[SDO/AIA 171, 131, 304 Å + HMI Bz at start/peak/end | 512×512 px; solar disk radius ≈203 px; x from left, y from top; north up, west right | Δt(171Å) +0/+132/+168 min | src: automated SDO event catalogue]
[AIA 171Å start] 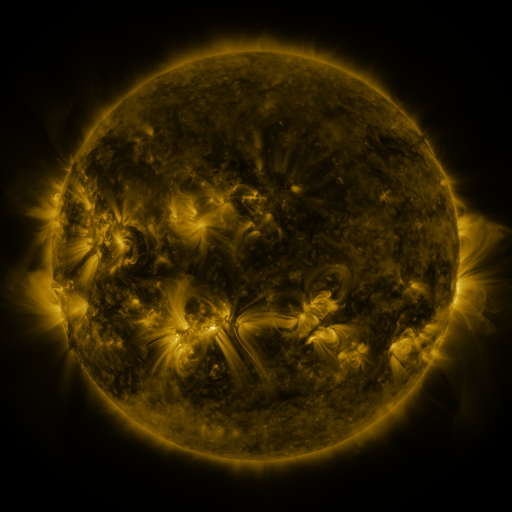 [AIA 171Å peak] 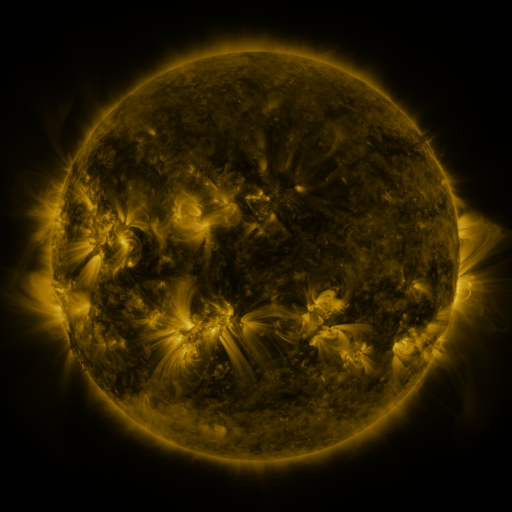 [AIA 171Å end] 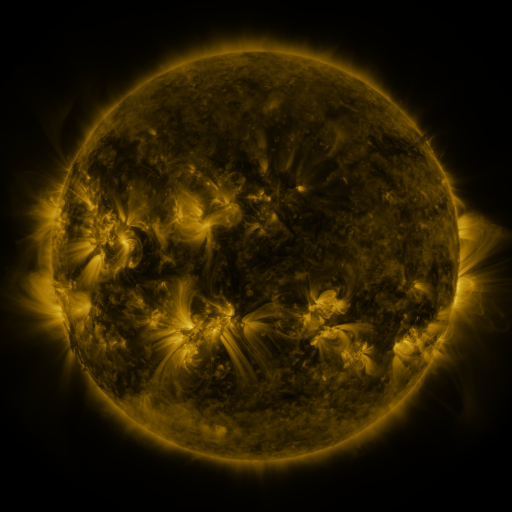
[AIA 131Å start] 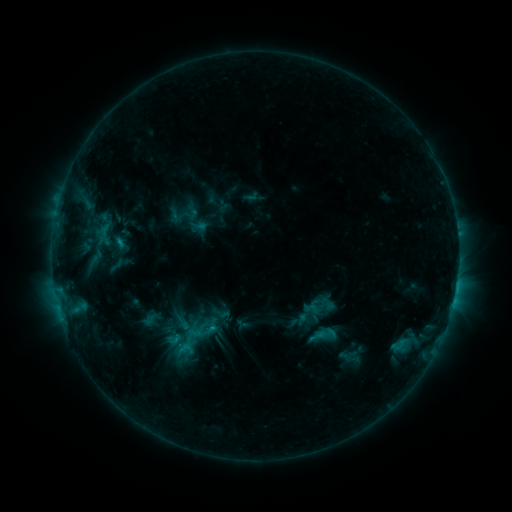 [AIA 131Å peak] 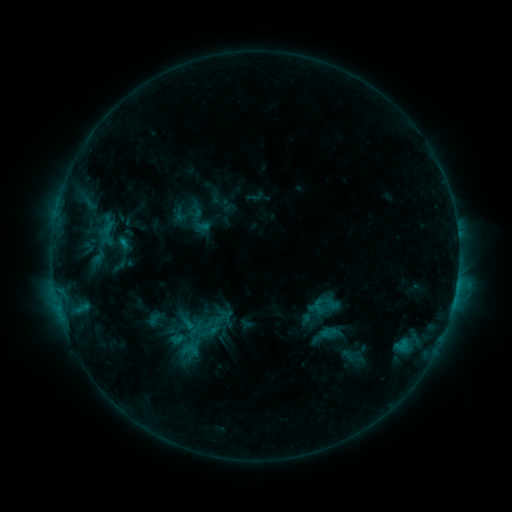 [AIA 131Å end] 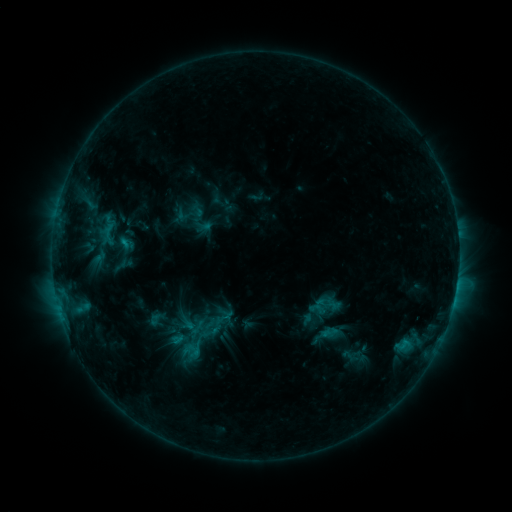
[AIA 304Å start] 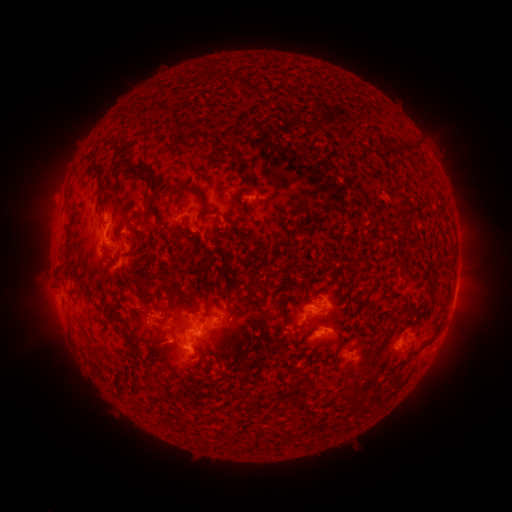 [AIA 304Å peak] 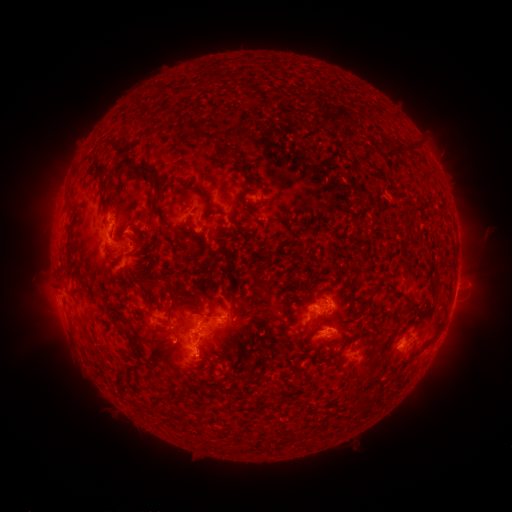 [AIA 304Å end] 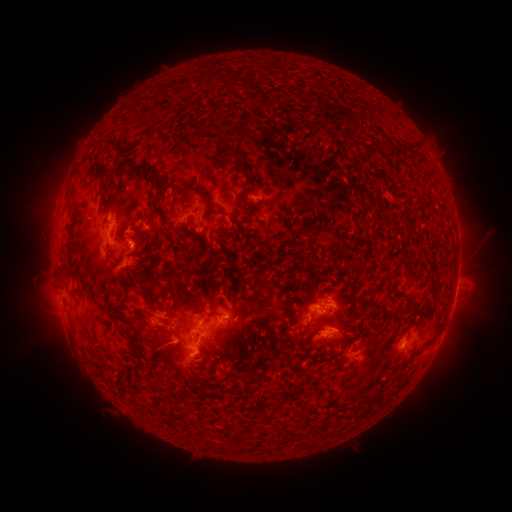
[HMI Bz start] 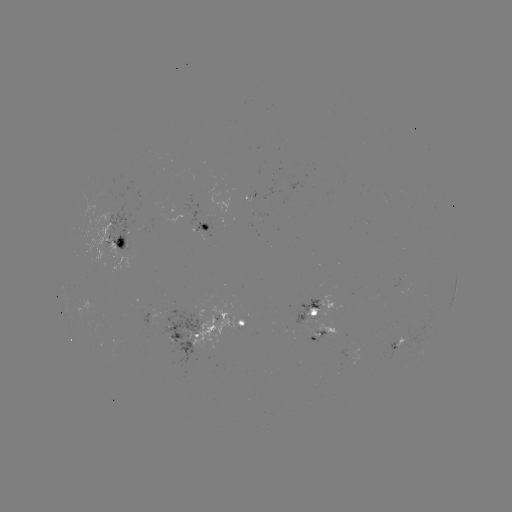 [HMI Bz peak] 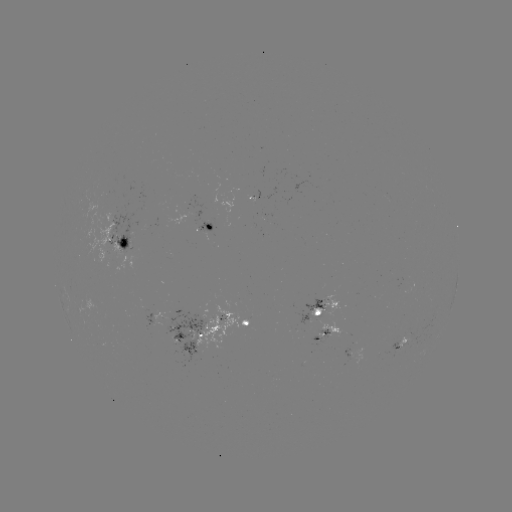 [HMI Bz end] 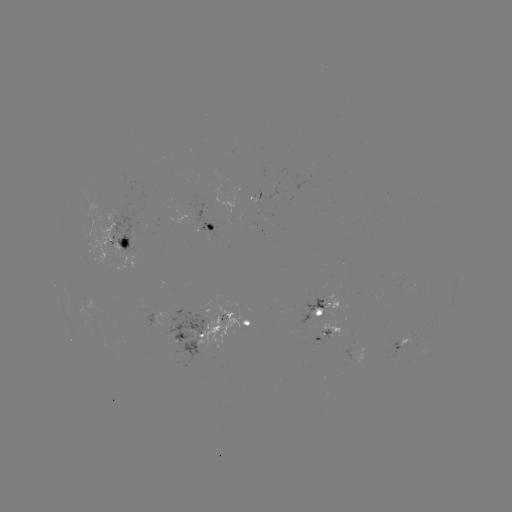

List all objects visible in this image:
emerging-flux region: (312, 315)
